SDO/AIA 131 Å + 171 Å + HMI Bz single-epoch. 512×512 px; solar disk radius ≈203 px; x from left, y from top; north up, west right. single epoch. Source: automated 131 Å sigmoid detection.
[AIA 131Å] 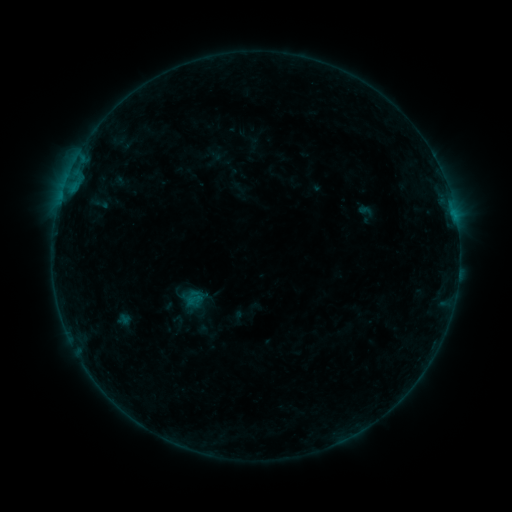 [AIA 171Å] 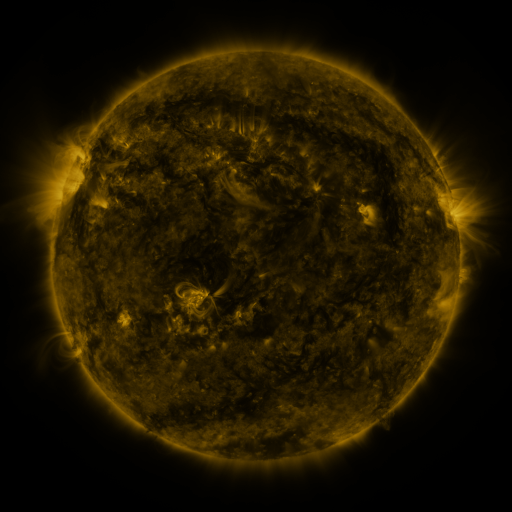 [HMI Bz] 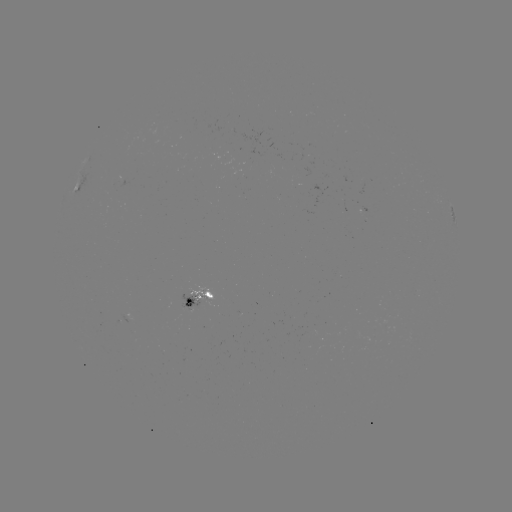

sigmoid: [184, 291, 204, 308]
